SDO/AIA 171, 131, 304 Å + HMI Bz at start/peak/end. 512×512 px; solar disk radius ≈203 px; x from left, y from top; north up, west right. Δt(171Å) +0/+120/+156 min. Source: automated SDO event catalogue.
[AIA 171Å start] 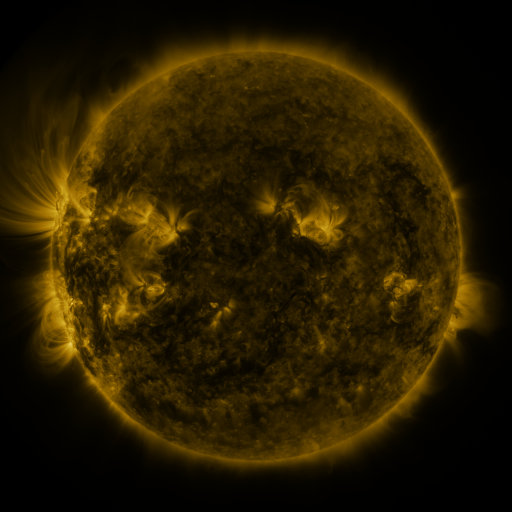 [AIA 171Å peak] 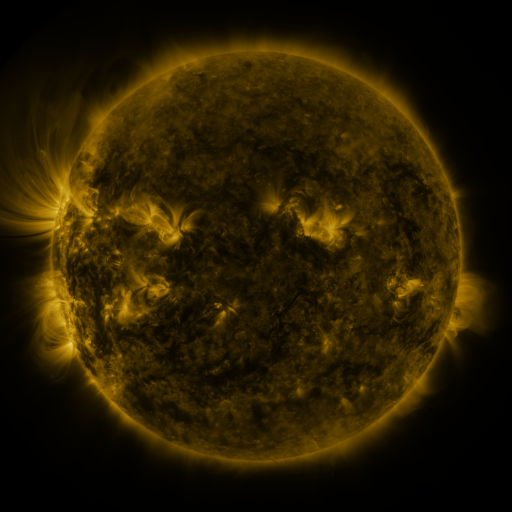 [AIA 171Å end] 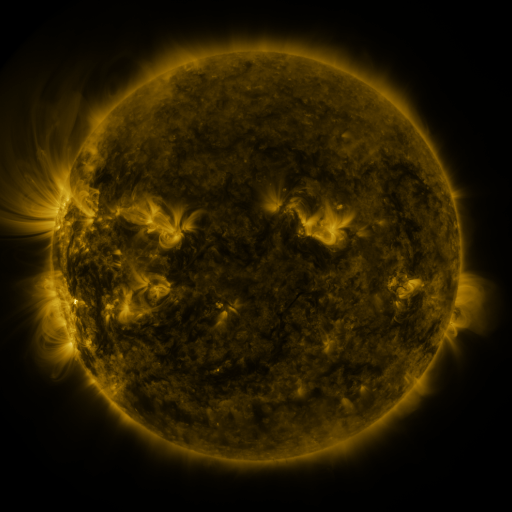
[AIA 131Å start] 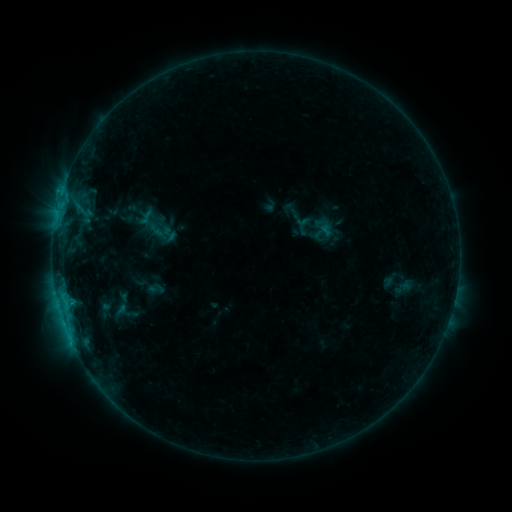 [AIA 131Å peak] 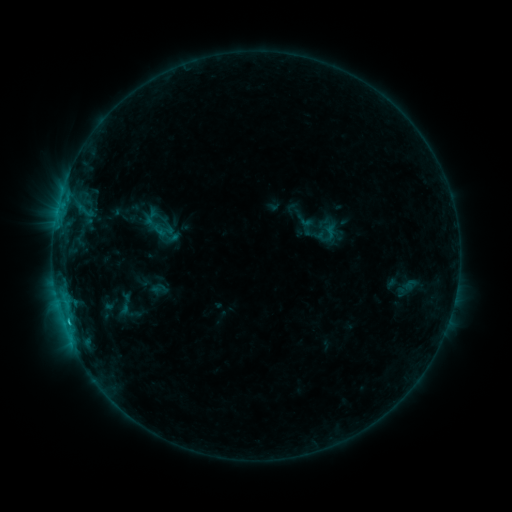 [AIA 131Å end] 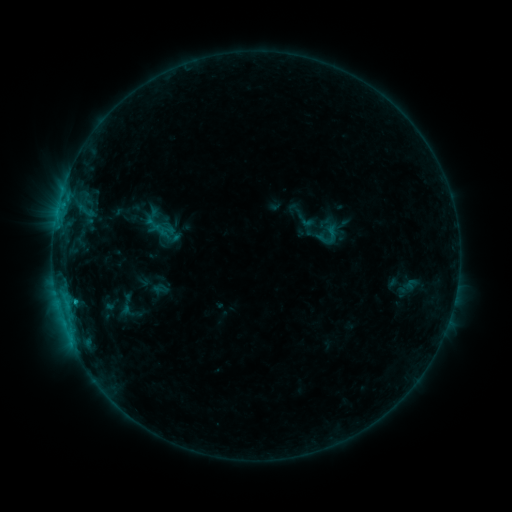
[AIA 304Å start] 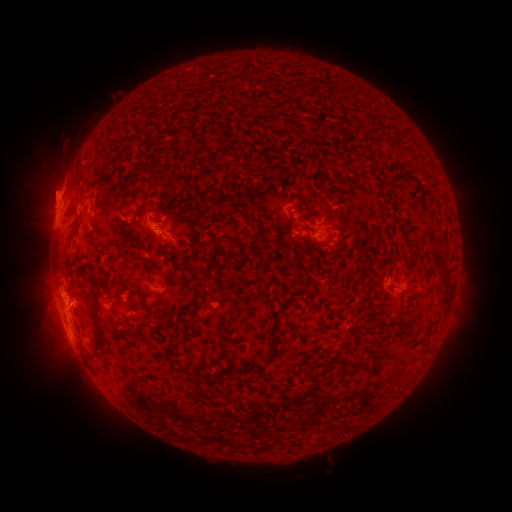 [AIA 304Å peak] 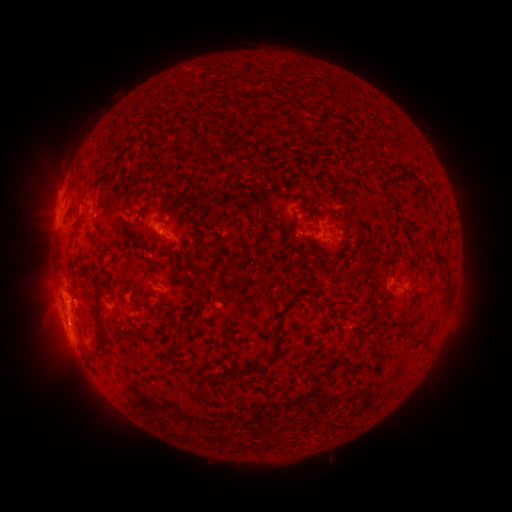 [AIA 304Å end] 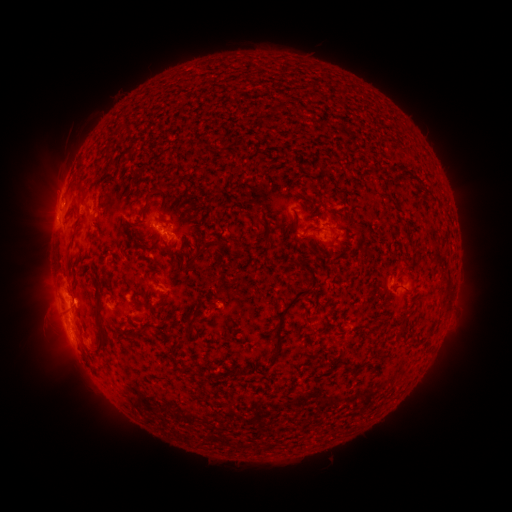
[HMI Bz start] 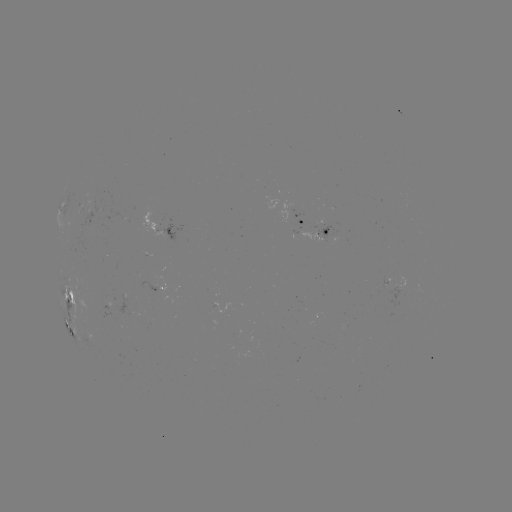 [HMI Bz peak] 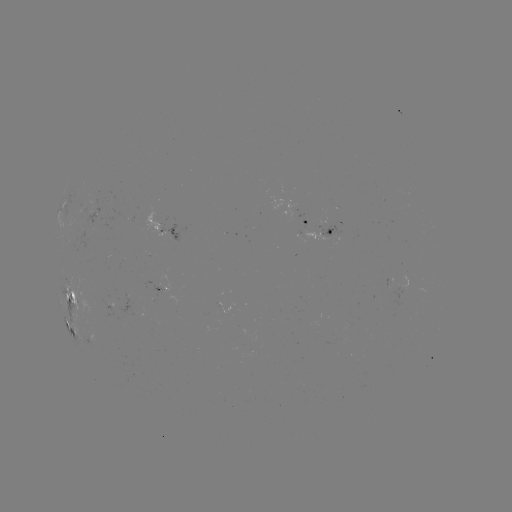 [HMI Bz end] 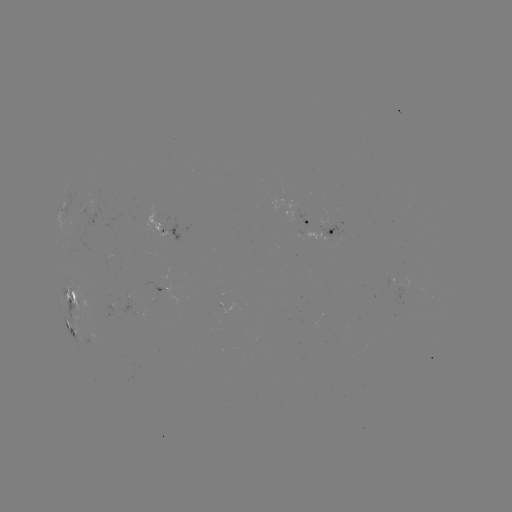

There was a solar emerging-flux region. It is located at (390, 280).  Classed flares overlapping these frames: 2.